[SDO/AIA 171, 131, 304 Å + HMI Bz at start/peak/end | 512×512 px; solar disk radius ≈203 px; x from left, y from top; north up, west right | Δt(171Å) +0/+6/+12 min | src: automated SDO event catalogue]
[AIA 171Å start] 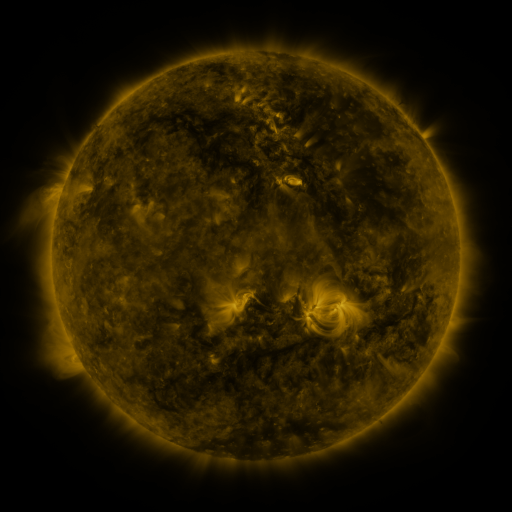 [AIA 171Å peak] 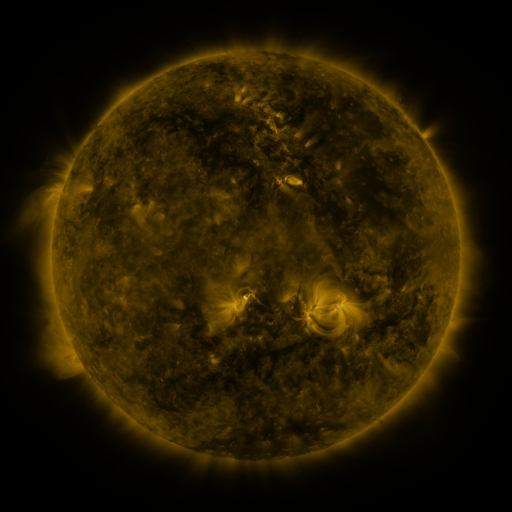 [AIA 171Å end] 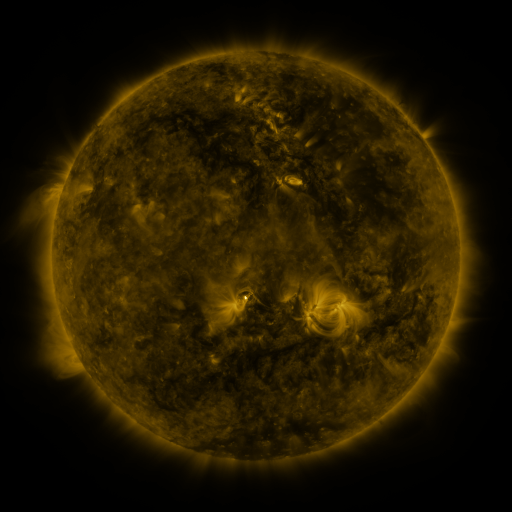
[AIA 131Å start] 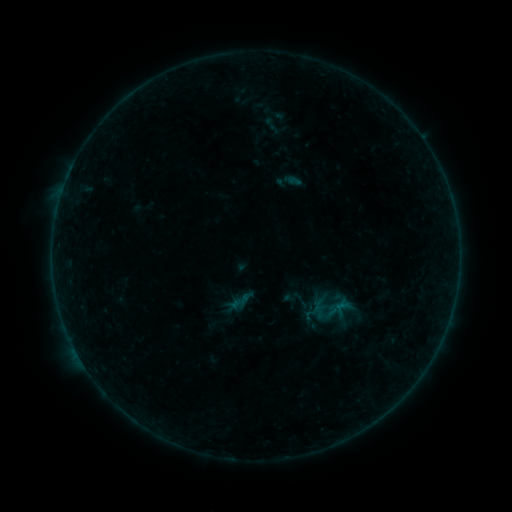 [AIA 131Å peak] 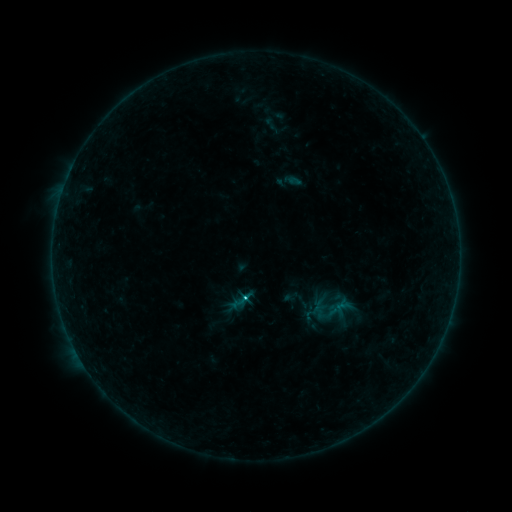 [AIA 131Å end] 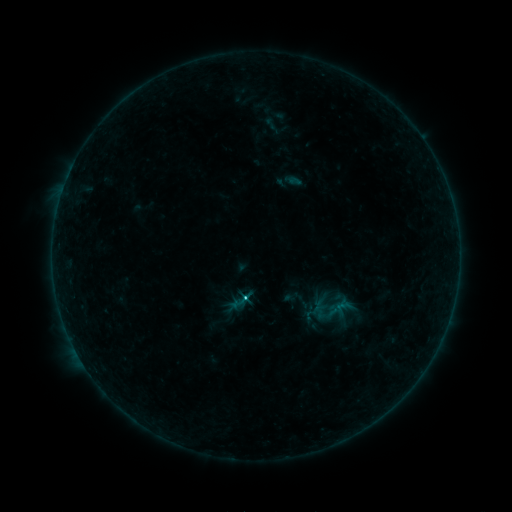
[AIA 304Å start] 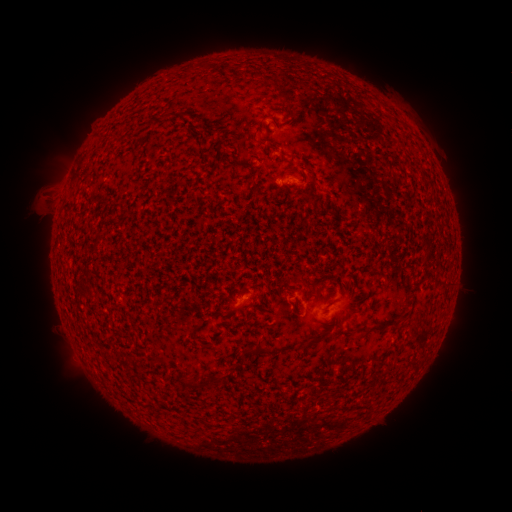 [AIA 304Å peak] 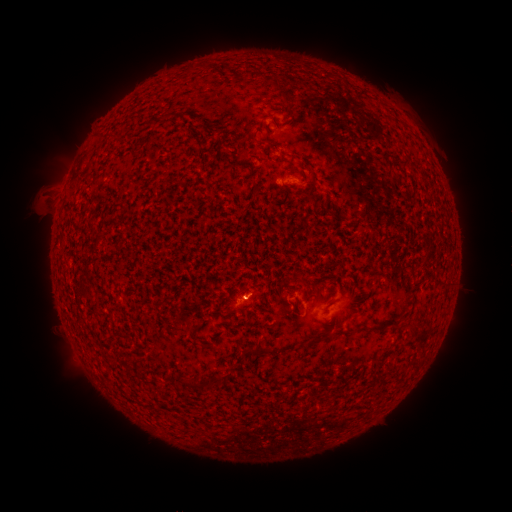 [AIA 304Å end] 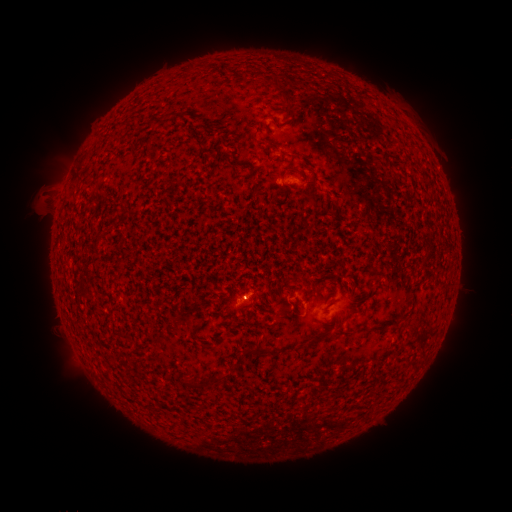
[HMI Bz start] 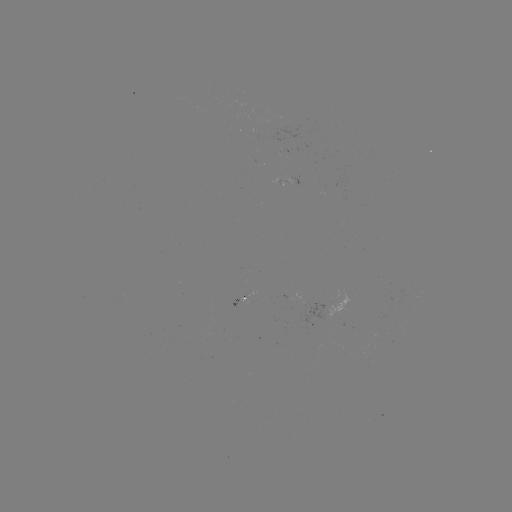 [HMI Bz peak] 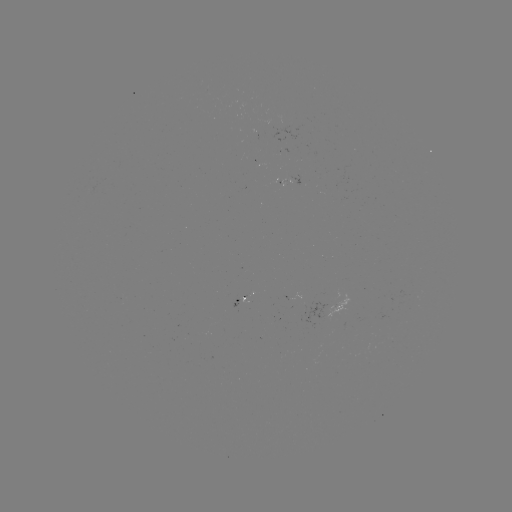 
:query B9.5 flare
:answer [245, 297]